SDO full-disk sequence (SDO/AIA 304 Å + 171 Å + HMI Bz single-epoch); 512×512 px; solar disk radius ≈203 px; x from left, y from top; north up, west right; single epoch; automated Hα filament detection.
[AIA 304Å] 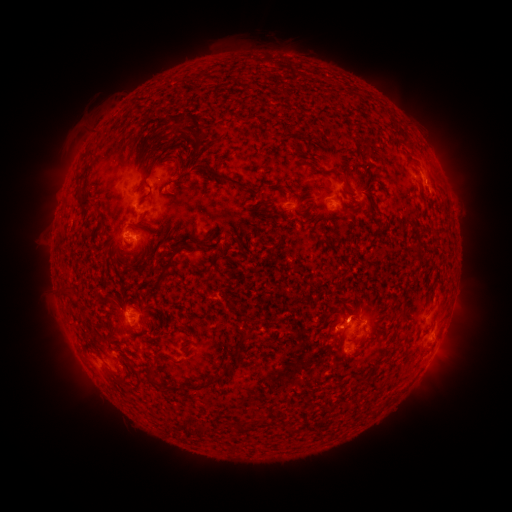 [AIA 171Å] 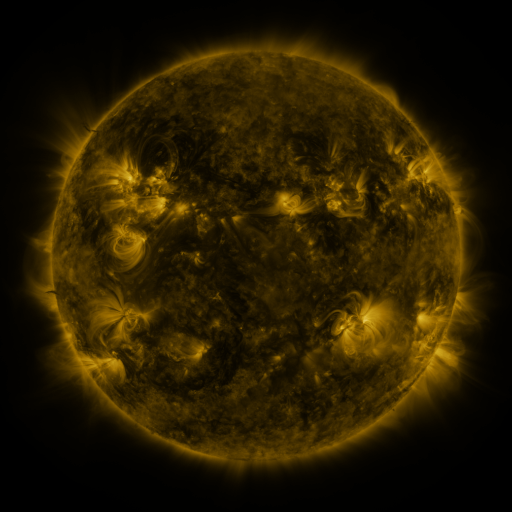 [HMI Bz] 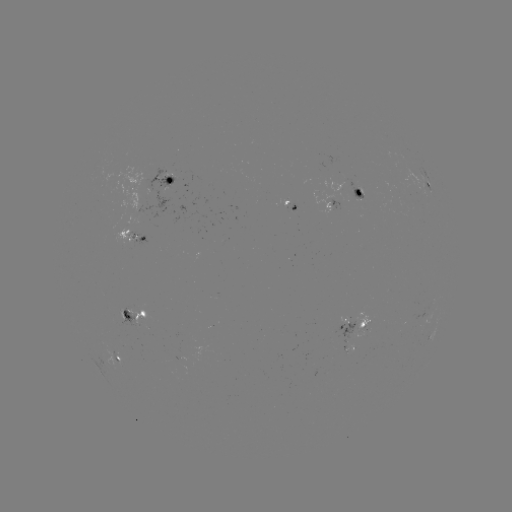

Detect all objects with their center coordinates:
filament: <bbox>187, 114, 201, 134</bbox>
filament: <bbox>172, 115, 181, 129</bbox>
filament: <bbox>204, 166, 245, 189</bbox>
filament: <bbox>335, 170, 344, 179</bbox>
filament: <bbox>75, 171, 86, 180</bbox>
filament: <bbox>139, 189, 152, 201</bbox>
filament: <bbox>76, 191, 91, 207</bbox>
filament: <bbox>96, 215, 104, 226</bbox>
filament: <bbox>167, 253, 174, 266</bbox>
filament: <bbox>239, 332, 253, 342</bbox>
filament: <bbox>227, 349, 238, 358</bbox>
filament: <bbox>205, 375, 222, 385</bbox>
